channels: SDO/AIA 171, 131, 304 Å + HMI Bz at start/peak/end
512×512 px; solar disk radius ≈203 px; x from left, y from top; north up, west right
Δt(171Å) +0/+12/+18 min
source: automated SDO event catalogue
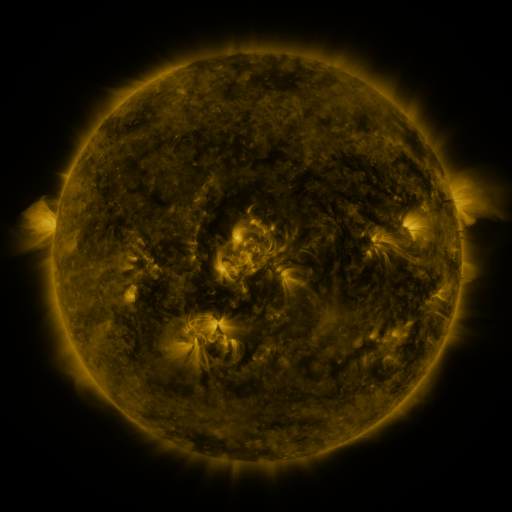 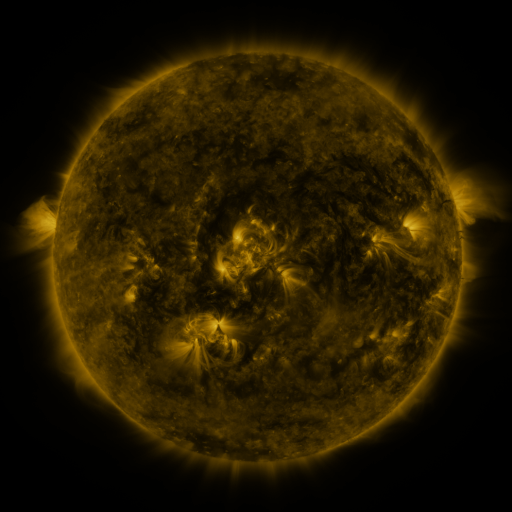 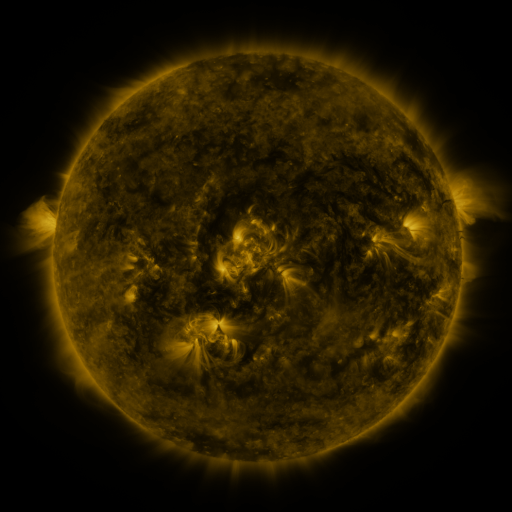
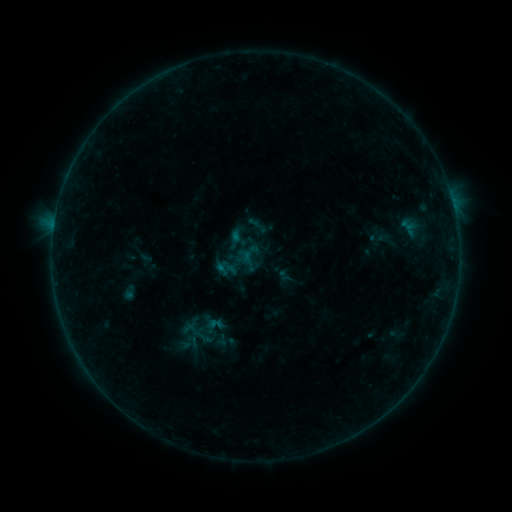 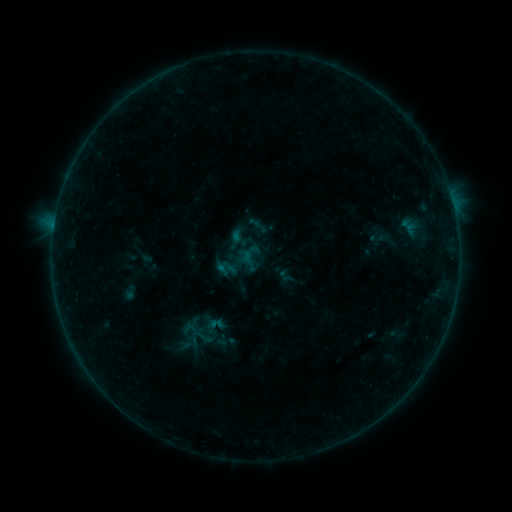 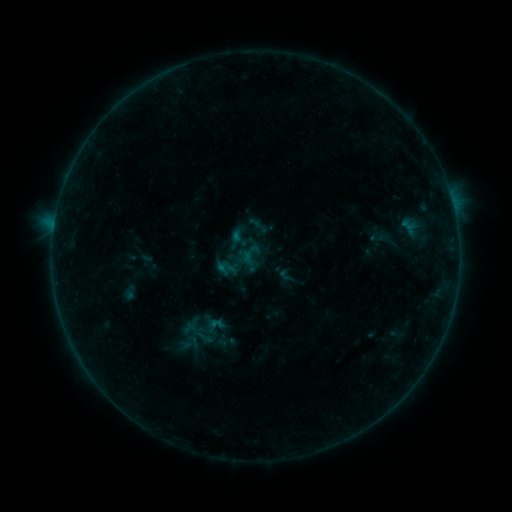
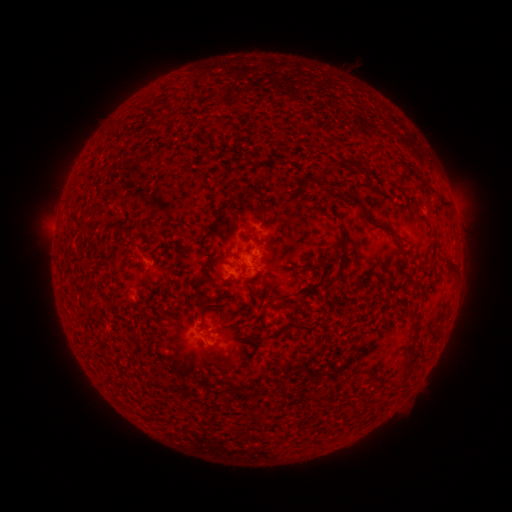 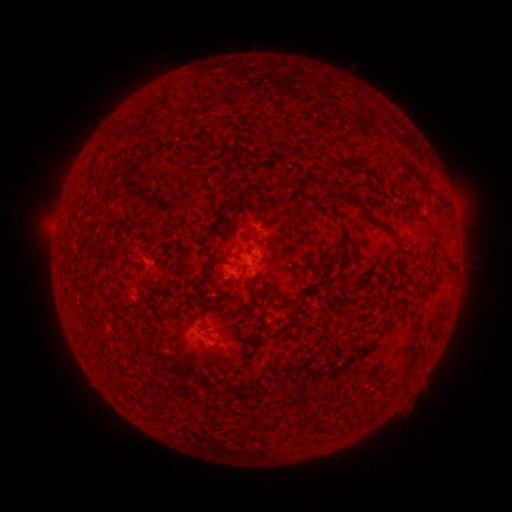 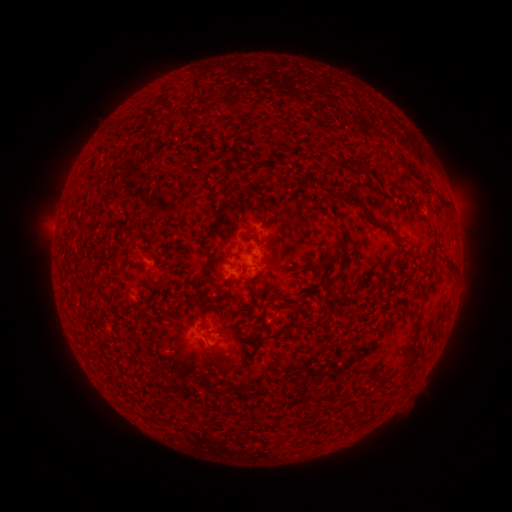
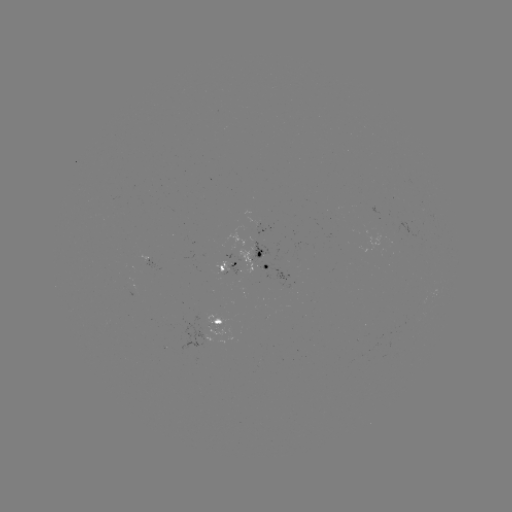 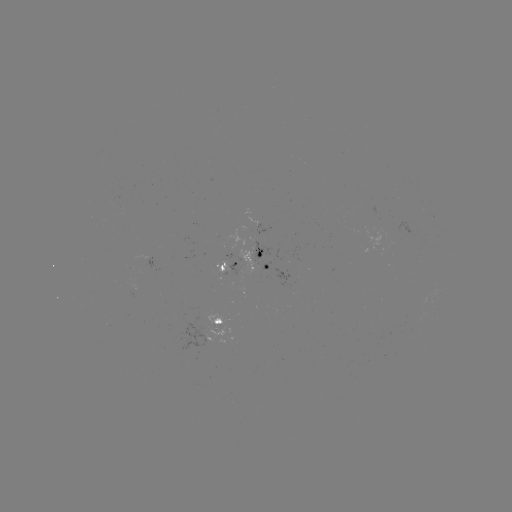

no classed flare was catalogued and no EUV brightening was flagged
